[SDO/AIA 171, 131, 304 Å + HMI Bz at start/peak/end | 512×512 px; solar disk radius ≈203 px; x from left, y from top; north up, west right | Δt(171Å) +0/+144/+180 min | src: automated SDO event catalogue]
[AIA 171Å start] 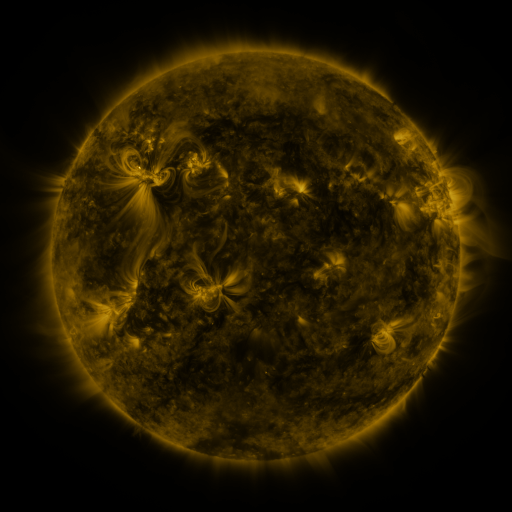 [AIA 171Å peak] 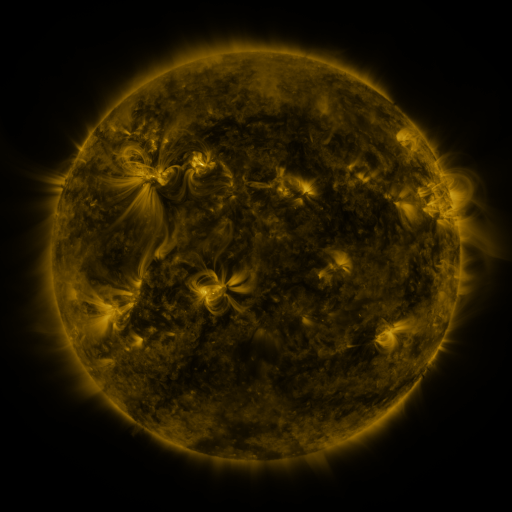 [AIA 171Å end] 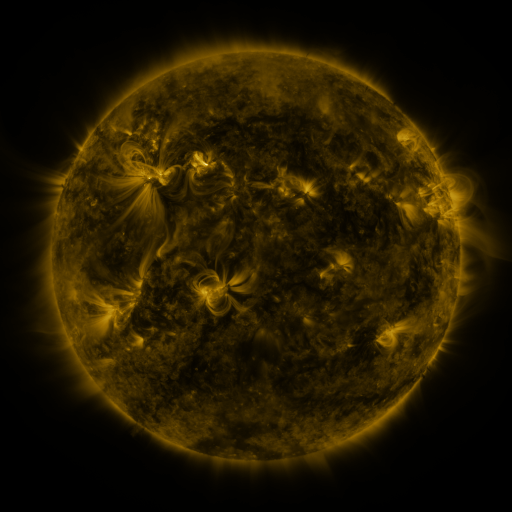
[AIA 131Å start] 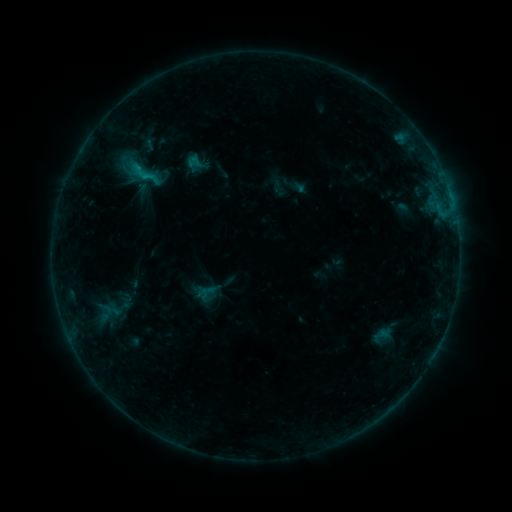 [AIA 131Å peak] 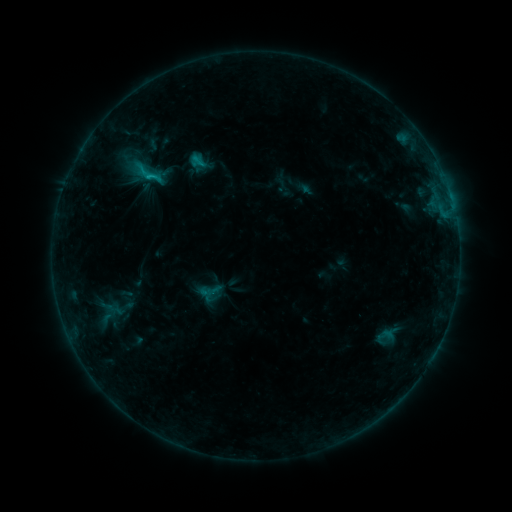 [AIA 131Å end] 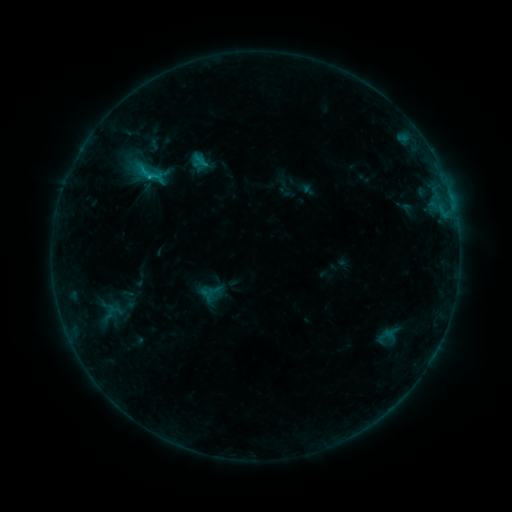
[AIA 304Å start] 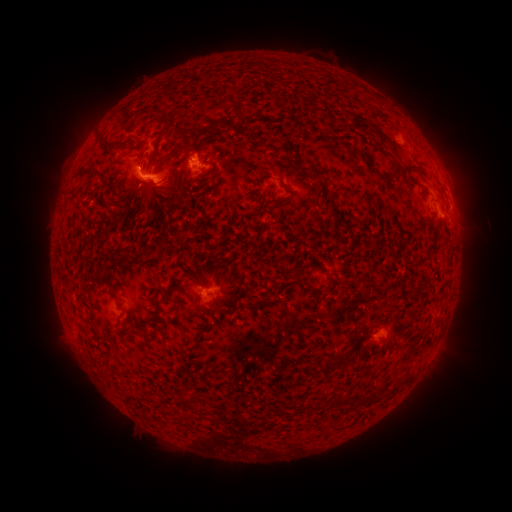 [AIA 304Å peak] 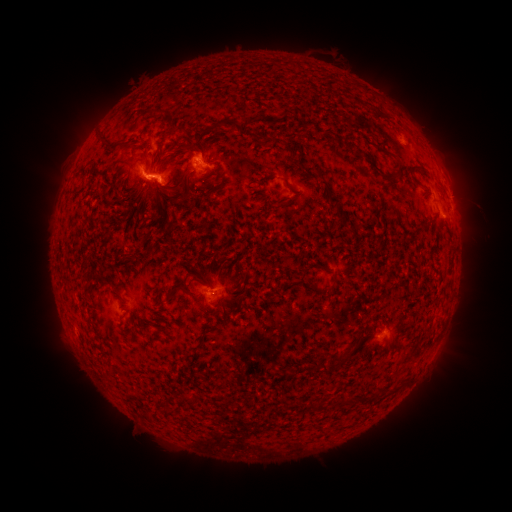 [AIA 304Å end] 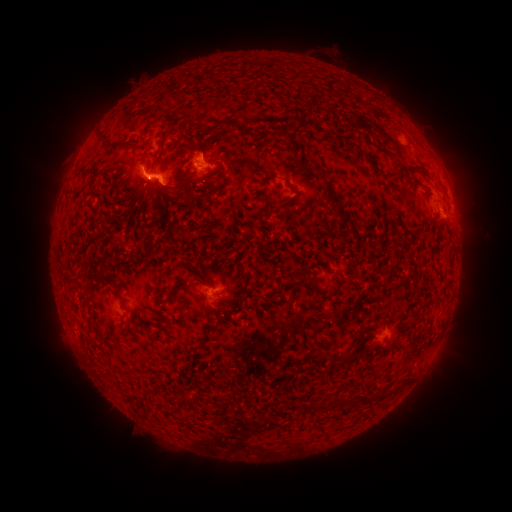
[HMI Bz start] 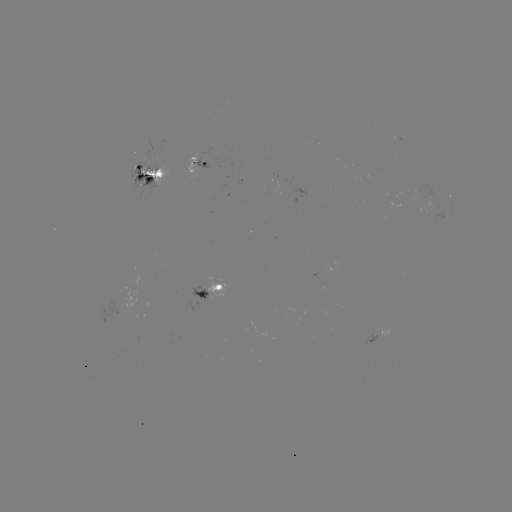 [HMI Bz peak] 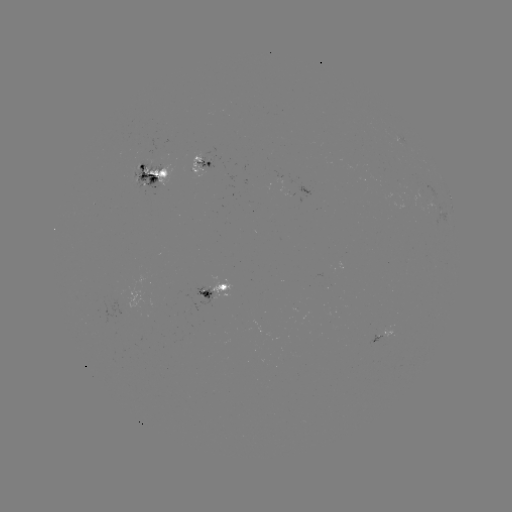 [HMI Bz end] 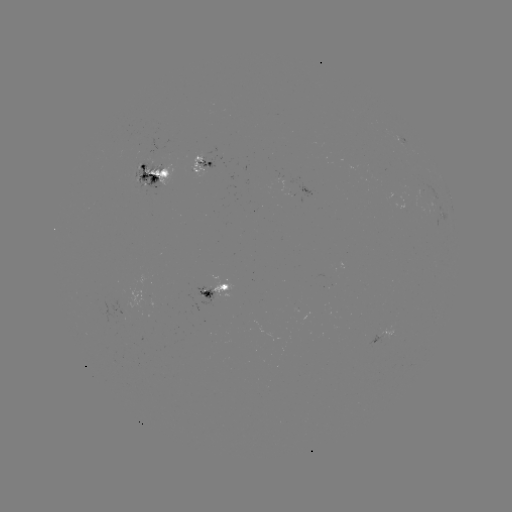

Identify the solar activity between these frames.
emerging-flux region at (202, 159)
